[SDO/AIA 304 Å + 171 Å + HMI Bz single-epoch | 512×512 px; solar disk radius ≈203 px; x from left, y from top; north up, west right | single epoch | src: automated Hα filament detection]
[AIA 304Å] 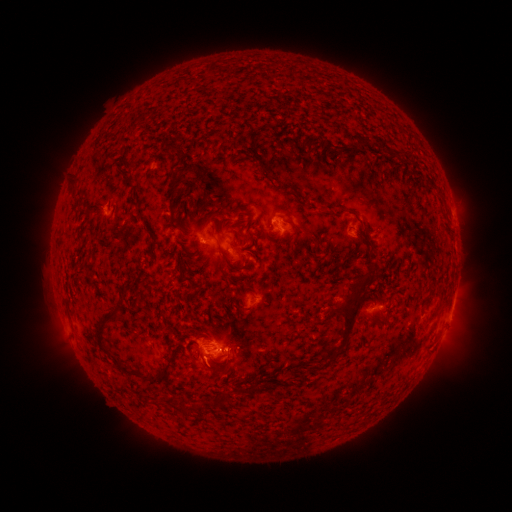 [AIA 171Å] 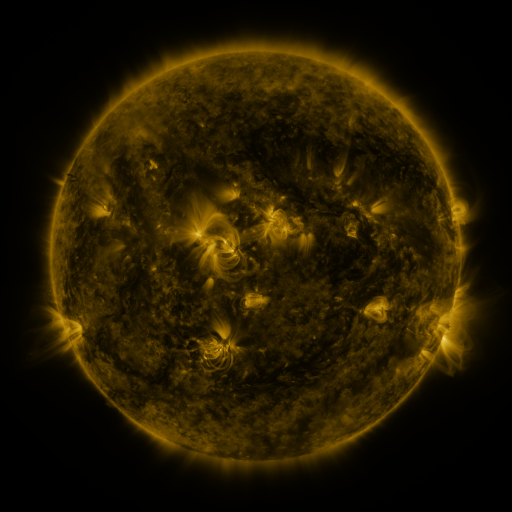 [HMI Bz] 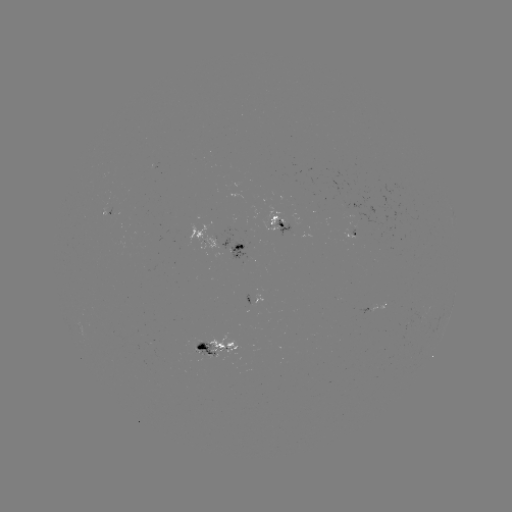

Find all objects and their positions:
filament: <bbox>351, 133, 368, 151</bbox>
filament: <bbox>370, 138, 381, 147</bbox>
filament: <bbox>69, 181, 77, 194</bbox>
filament: <bbox>167, 189, 187, 240</bbox>
filament: <bbox>281, 192, 298, 201</bbox>
filament: <bbox>195, 204, 204, 213</bbox>
filament: <bbox>223, 215, 253, 232</bbox>
filament: <bbox>285, 218, 300, 248</bbox>
filament: <bbox>244, 231, 256, 257</bbox>
filament: <bbox>217, 245, 242, 272</bbox>
filament: <bbox>188, 254, 209, 266</bbox>
filament: <bbox>328, 272, 371, 353</bbox>
filament: <bbox>366, 274, 375, 286</bbox>
filament: <bbox>95, 308, 133, 376</bbox>
filament: <bbox>240, 340, 253, 351</bbox>
filament: <bbox>189, 347, 198, 362</bbox>
filament: <bbox>228, 348, 235, 358</bbox>
filament: <bbox>196, 351, 206, 369</bbox>
filament: <bbox>138, 364, 171, 385</bbox>
filament: <bbox>239, 386, 252, 395</bbox>
filament: <bbox>212, 391, 232, 406</bbox>
filament: <bbox>182, 402, 201, 417</bbox>
